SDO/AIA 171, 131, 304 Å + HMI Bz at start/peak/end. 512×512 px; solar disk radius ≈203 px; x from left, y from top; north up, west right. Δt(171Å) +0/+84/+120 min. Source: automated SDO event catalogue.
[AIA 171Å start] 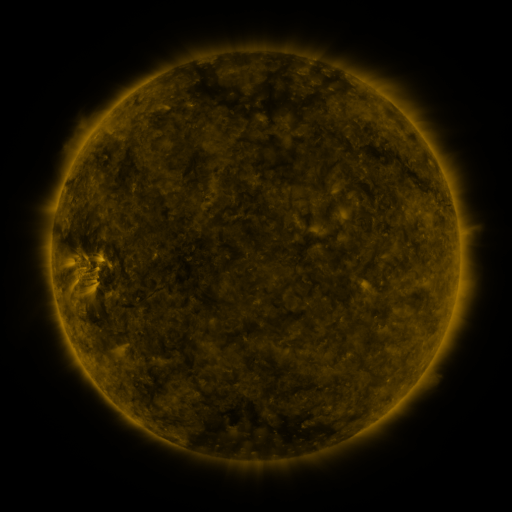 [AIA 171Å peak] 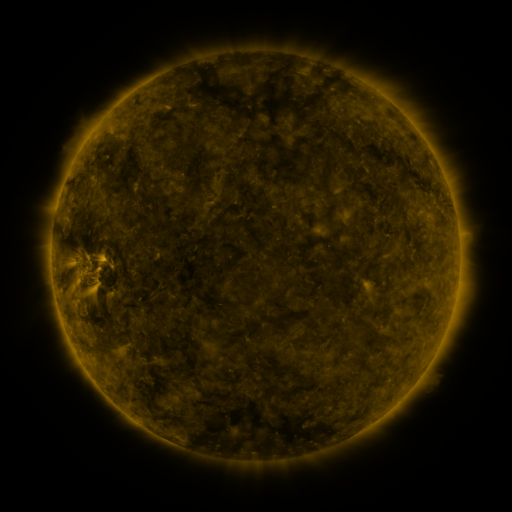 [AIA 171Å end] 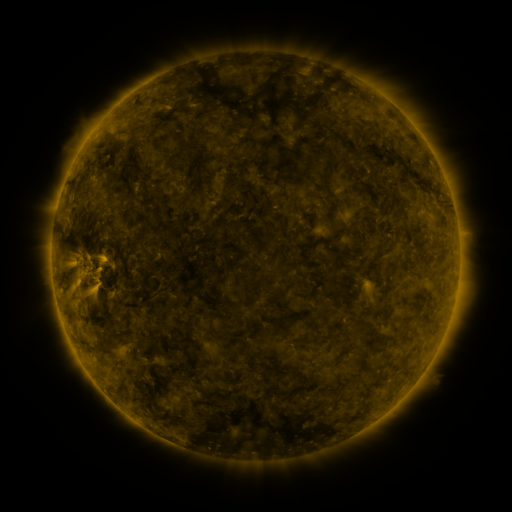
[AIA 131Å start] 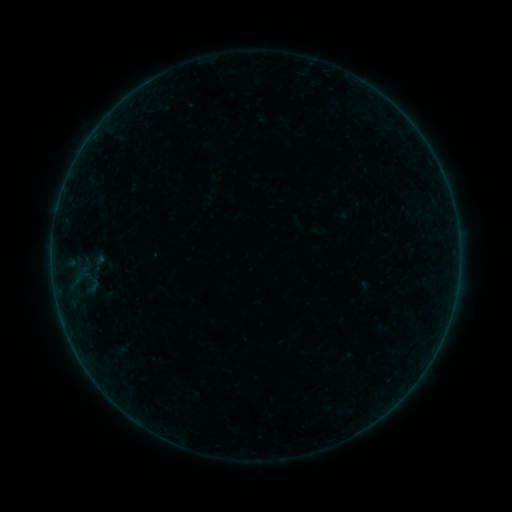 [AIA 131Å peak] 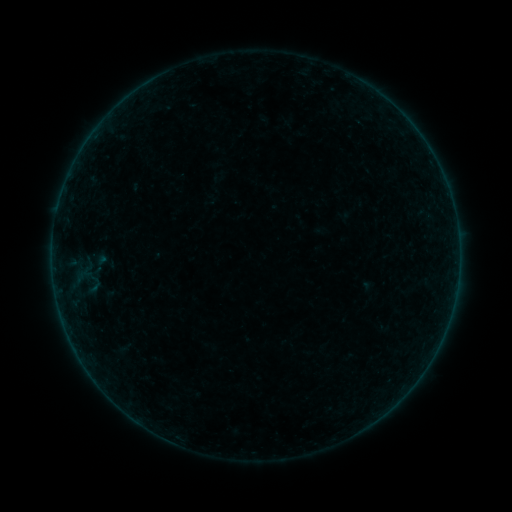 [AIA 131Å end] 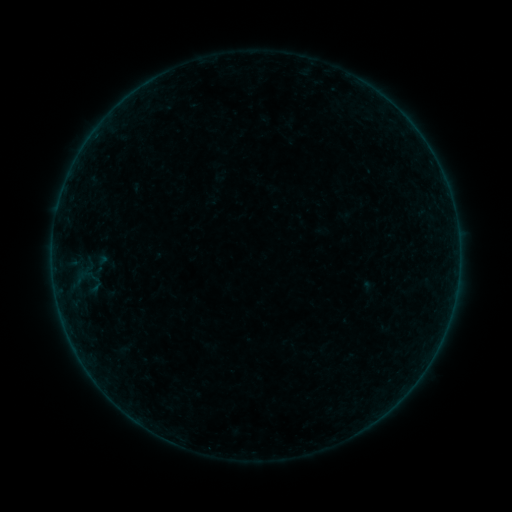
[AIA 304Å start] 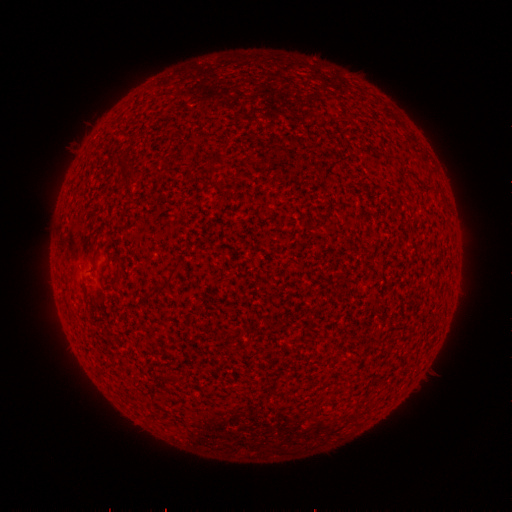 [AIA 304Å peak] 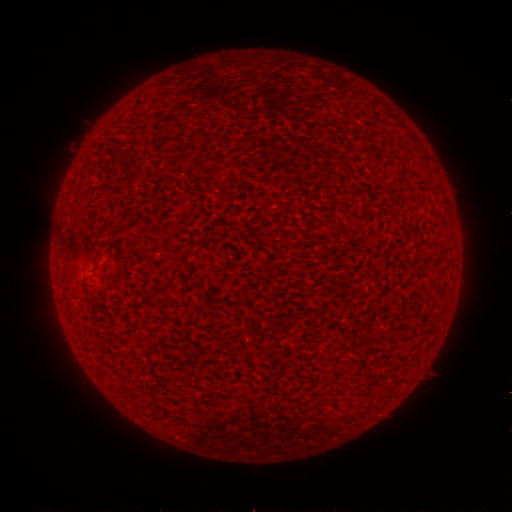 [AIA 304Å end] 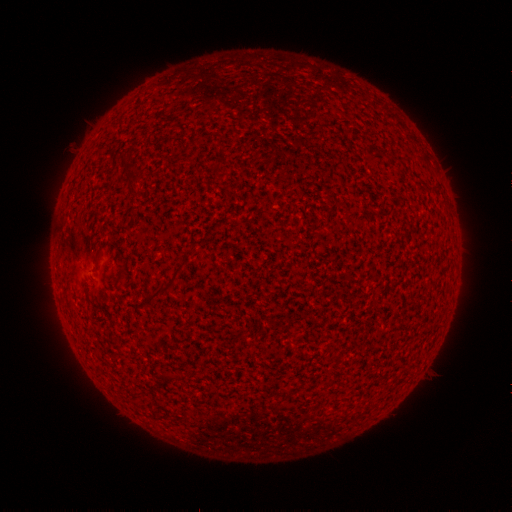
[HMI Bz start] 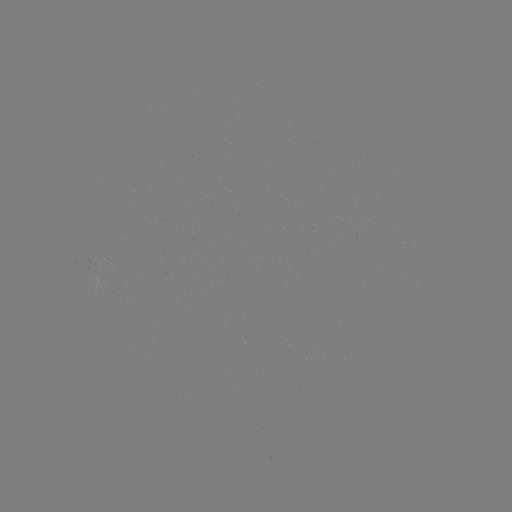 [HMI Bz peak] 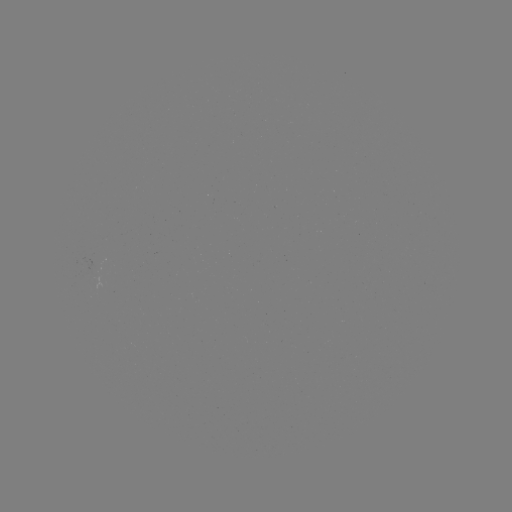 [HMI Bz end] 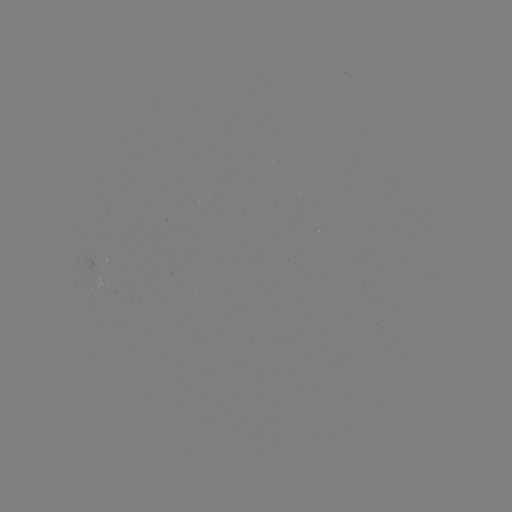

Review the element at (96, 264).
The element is emerging-flux region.